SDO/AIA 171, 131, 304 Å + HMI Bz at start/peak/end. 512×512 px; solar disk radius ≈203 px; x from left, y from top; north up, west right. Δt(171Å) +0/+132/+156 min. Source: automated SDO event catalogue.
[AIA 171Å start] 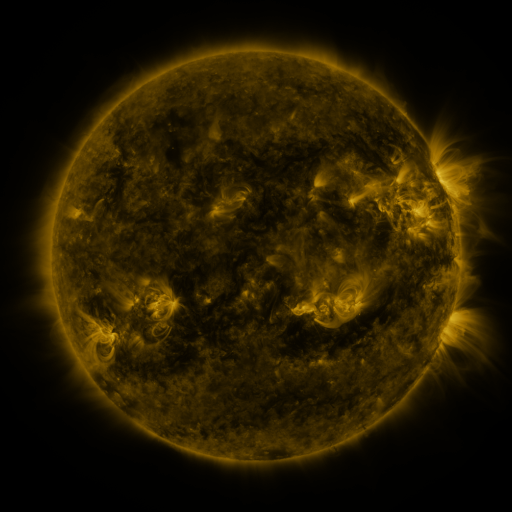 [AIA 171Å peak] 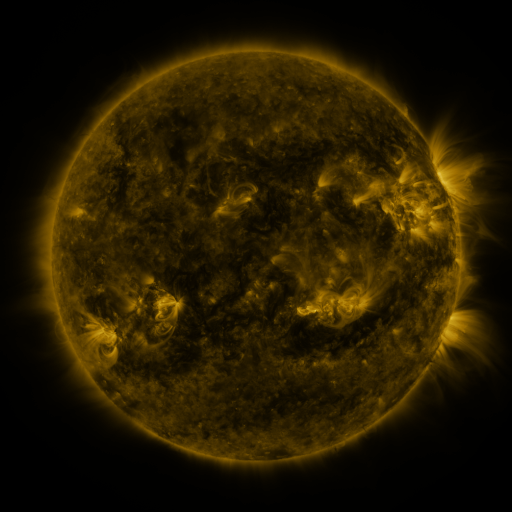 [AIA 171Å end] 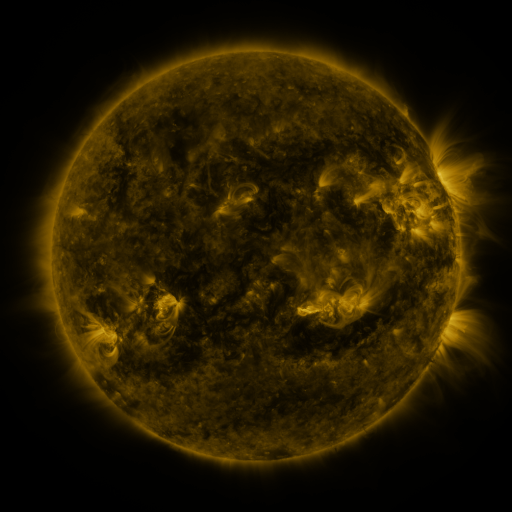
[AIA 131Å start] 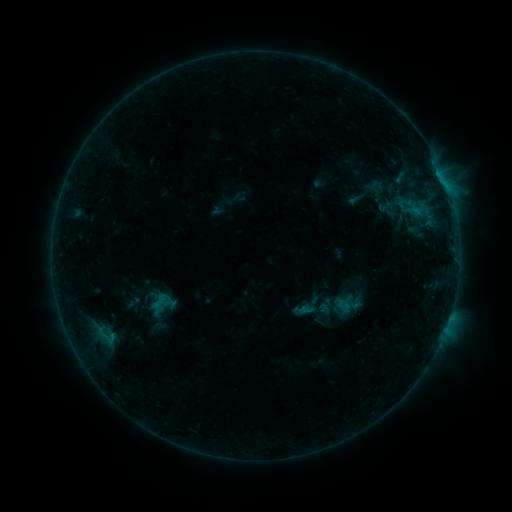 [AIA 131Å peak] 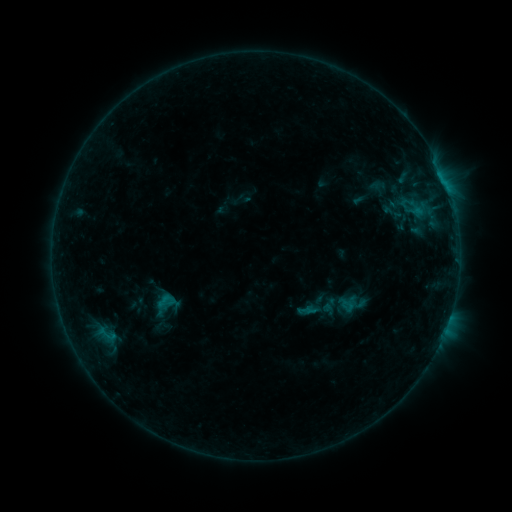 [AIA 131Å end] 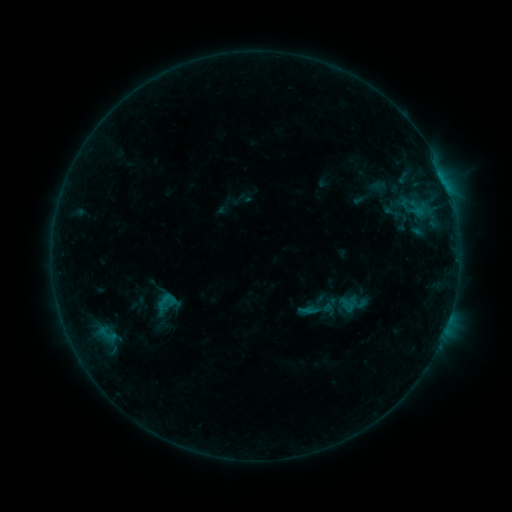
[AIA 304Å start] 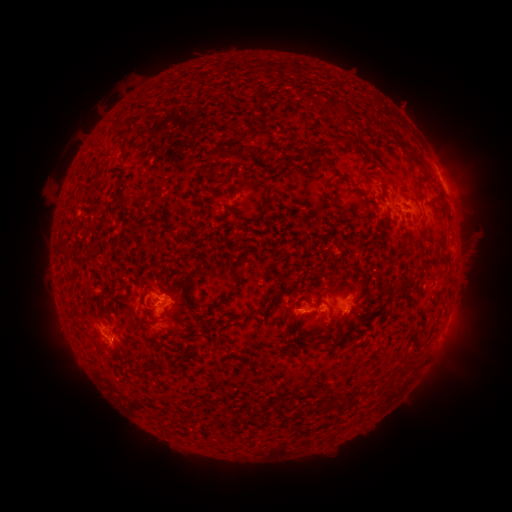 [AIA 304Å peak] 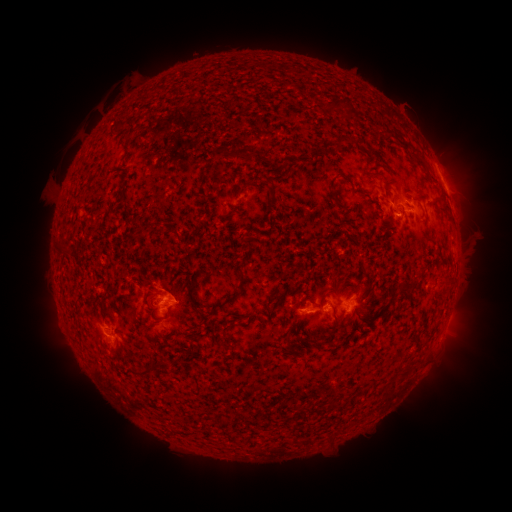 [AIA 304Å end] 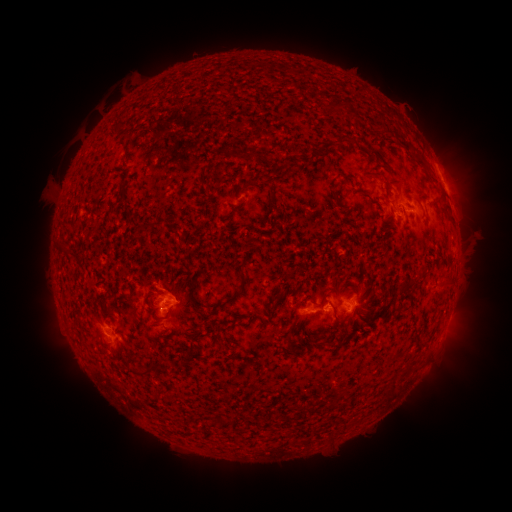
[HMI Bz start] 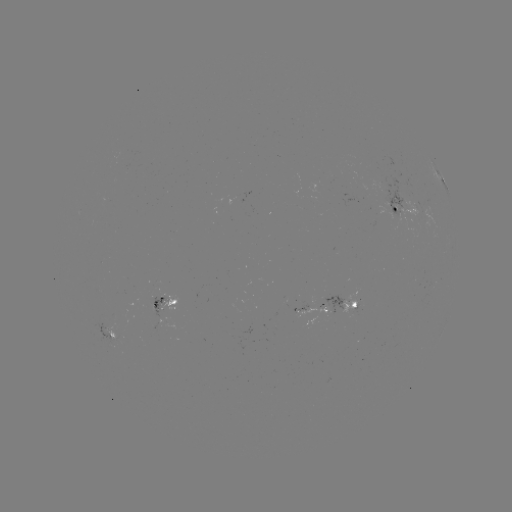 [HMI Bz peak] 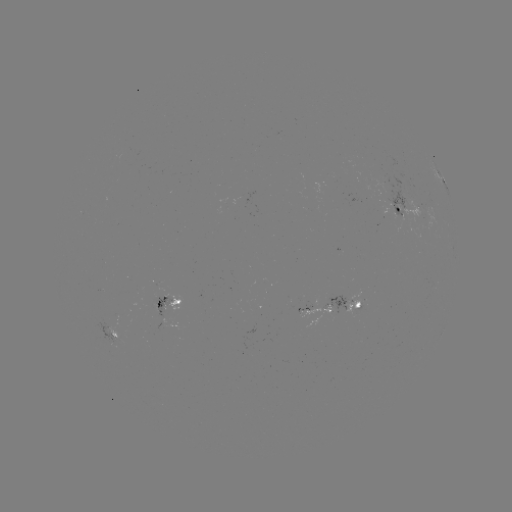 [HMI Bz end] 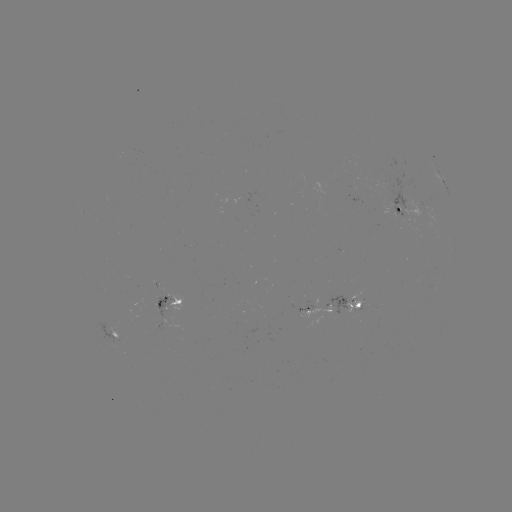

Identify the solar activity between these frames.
emerging-flux region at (158, 304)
